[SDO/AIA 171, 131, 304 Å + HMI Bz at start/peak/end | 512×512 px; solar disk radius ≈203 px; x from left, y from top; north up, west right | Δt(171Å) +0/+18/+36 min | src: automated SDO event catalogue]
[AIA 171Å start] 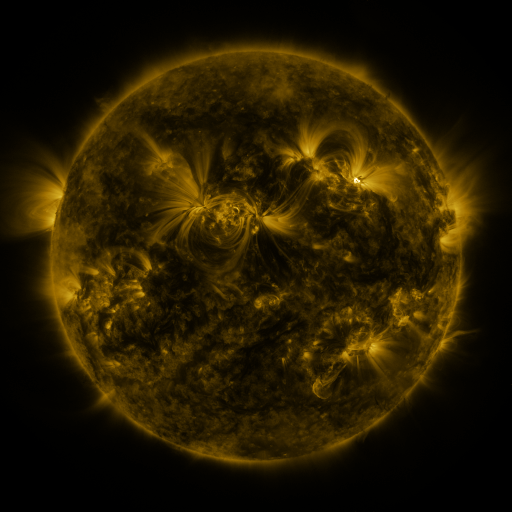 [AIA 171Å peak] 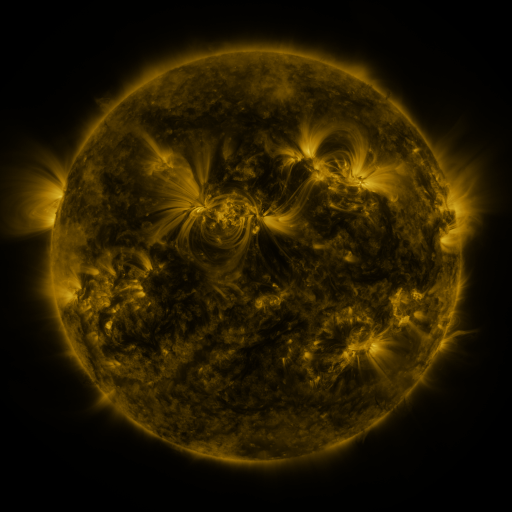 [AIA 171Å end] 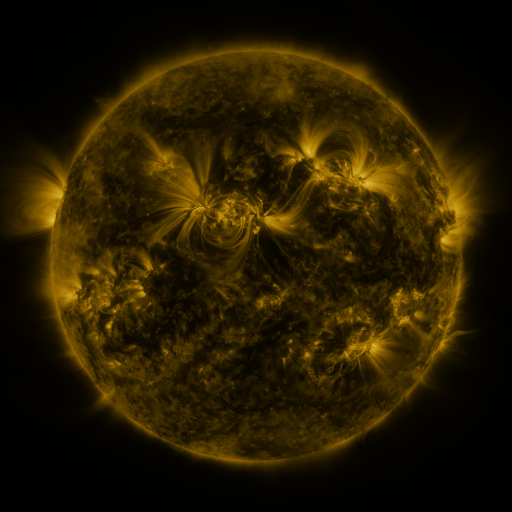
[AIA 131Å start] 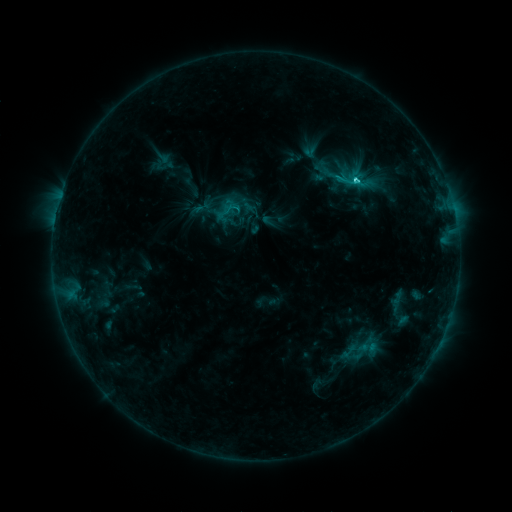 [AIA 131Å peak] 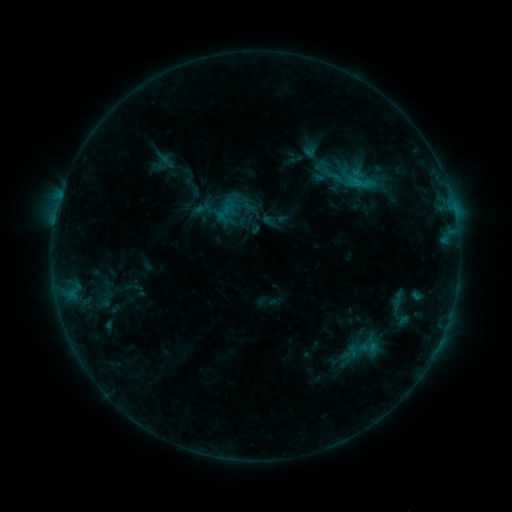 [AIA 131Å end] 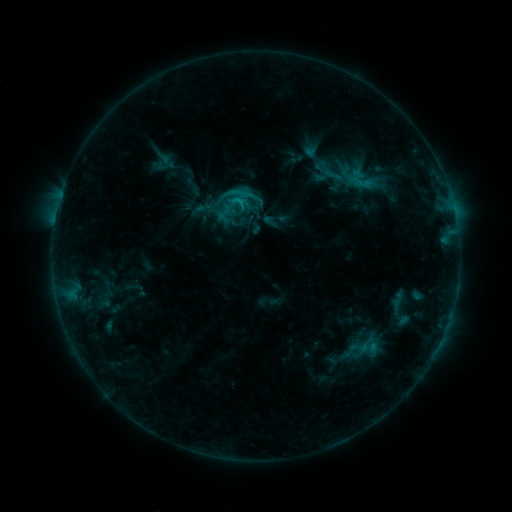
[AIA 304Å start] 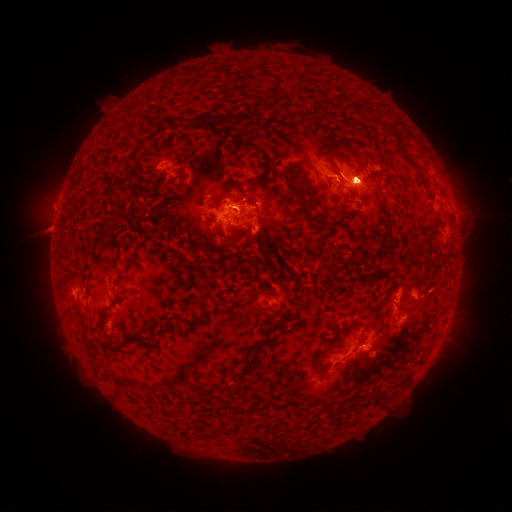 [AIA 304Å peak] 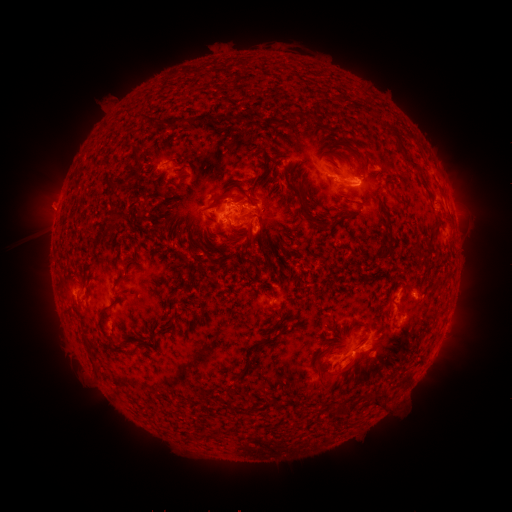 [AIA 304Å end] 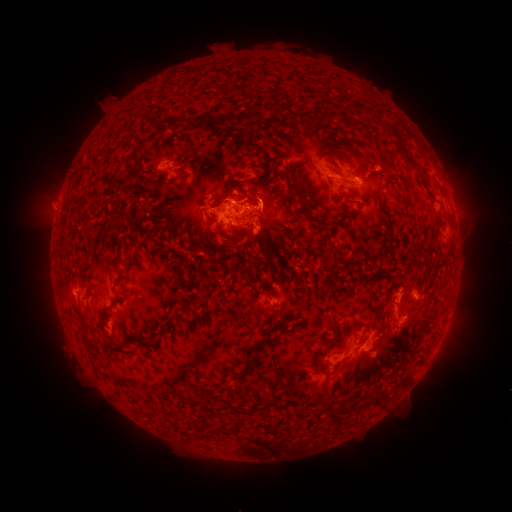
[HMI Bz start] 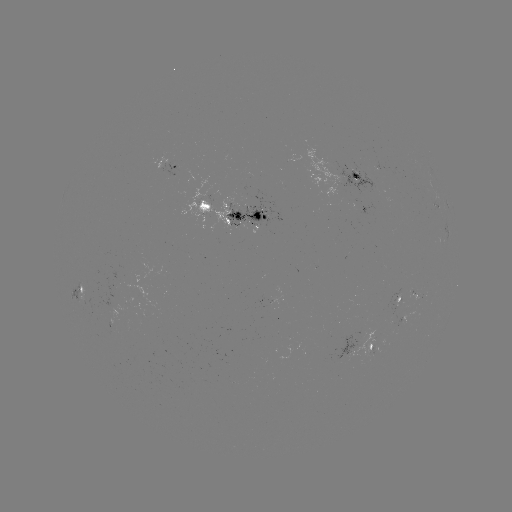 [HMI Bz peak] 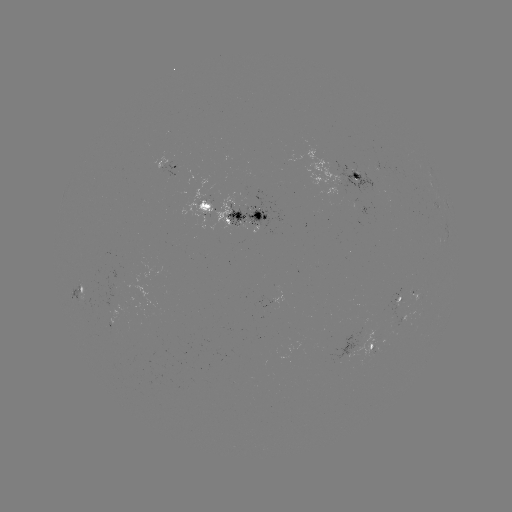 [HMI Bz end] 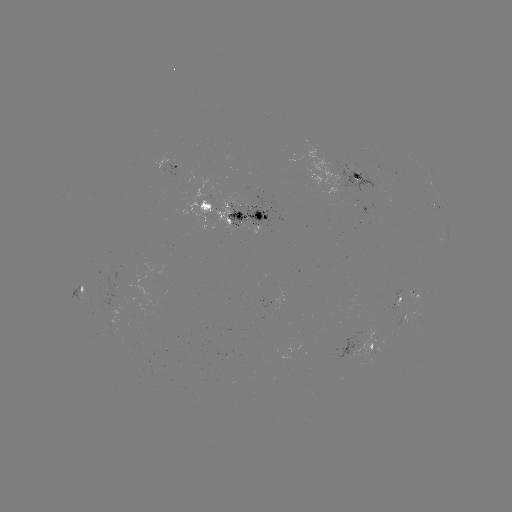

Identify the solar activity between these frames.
eruption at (350, 377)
